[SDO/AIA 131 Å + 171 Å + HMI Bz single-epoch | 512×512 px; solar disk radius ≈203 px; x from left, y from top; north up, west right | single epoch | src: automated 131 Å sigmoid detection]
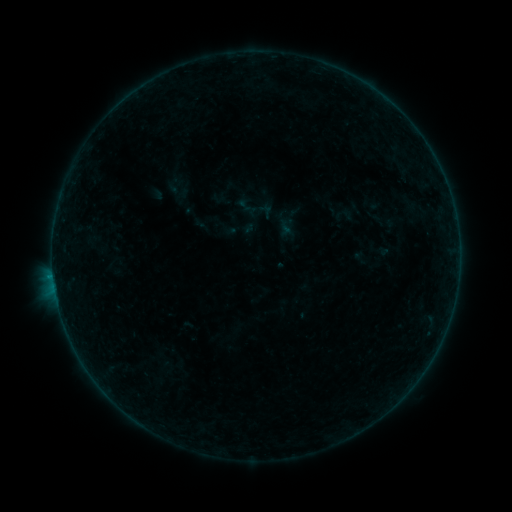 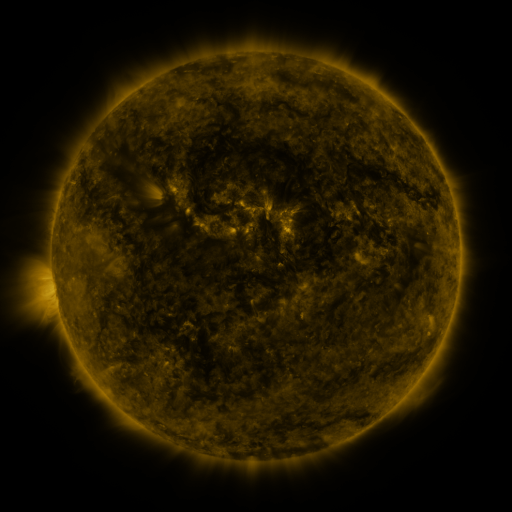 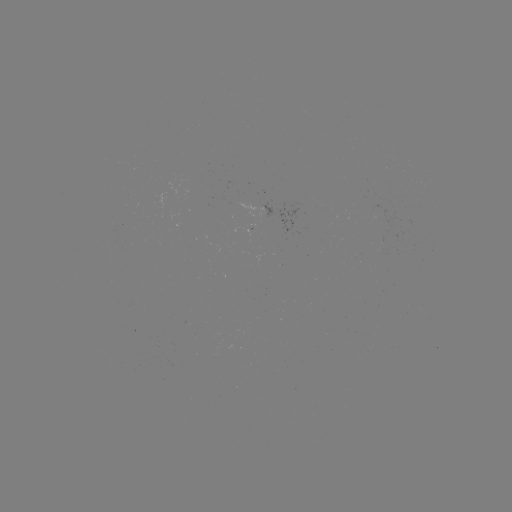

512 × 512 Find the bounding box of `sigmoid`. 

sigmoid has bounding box [331, 204, 358, 226].